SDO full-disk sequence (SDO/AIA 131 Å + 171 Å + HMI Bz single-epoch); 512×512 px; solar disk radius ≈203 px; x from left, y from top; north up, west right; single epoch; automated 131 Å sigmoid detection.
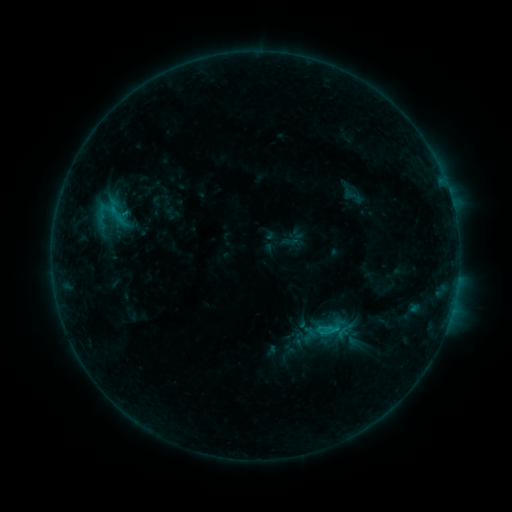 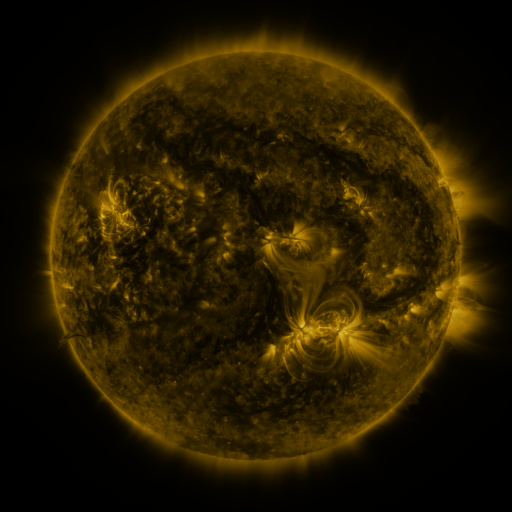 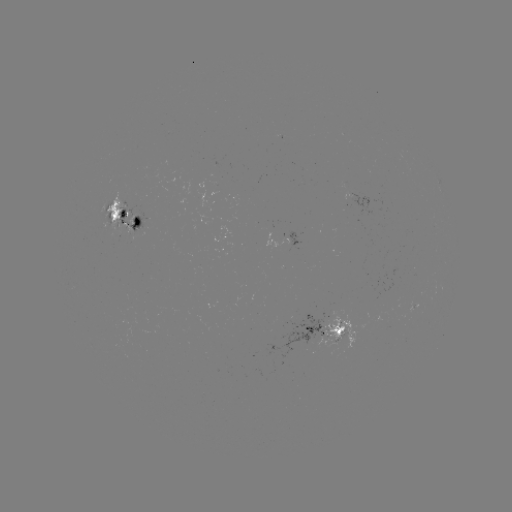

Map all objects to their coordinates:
sigmoid: [339, 186, 367, 207]
sigmoid: [90, 192, 126, 229]
